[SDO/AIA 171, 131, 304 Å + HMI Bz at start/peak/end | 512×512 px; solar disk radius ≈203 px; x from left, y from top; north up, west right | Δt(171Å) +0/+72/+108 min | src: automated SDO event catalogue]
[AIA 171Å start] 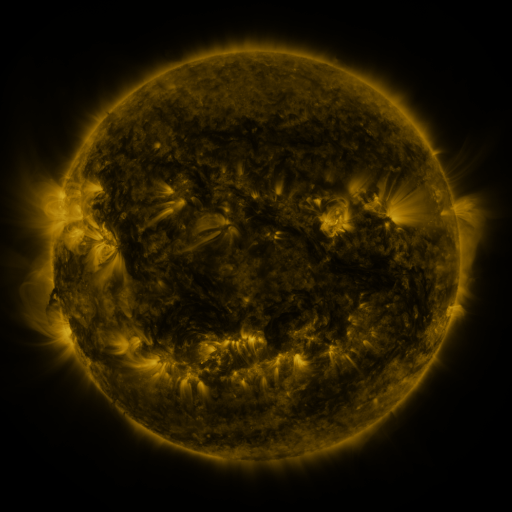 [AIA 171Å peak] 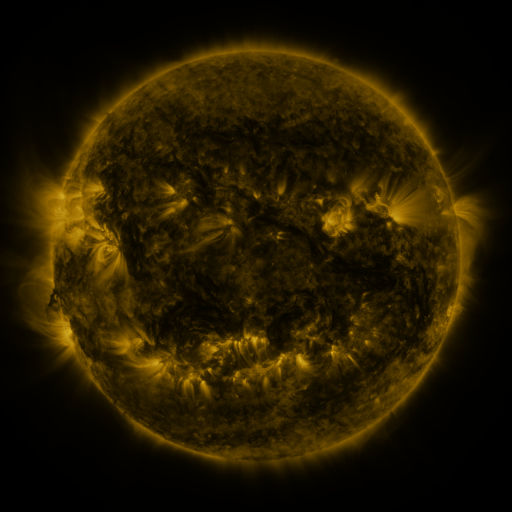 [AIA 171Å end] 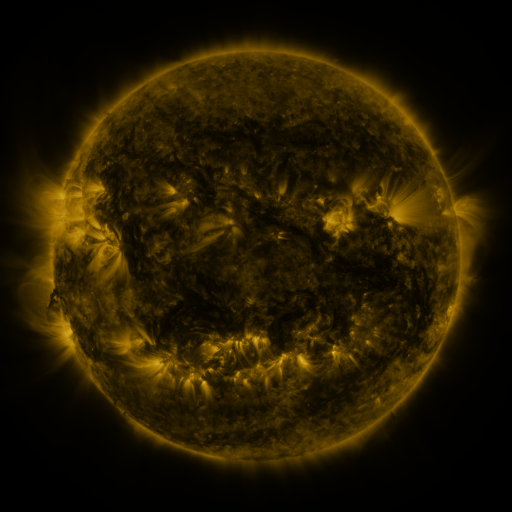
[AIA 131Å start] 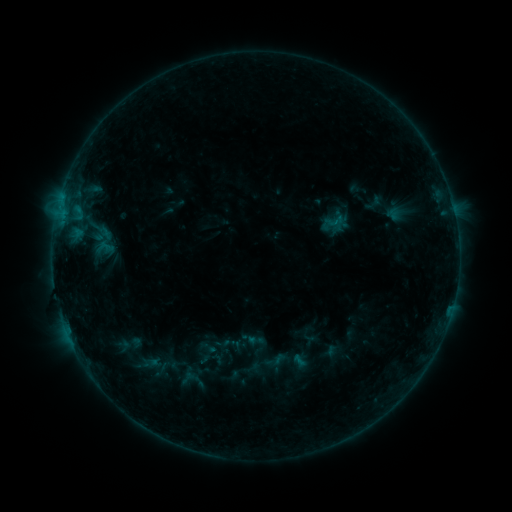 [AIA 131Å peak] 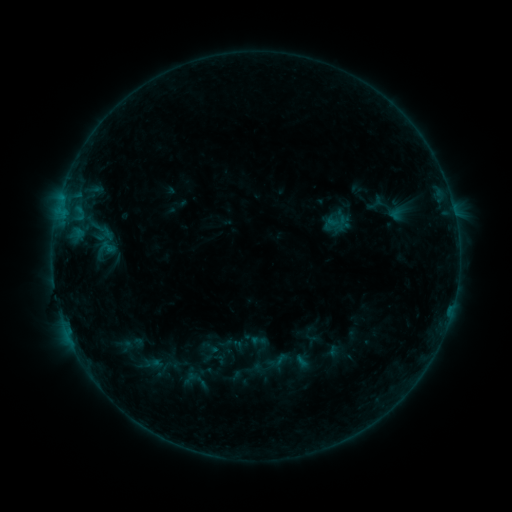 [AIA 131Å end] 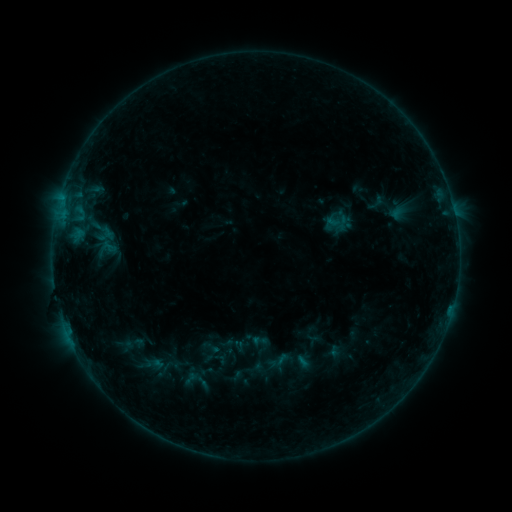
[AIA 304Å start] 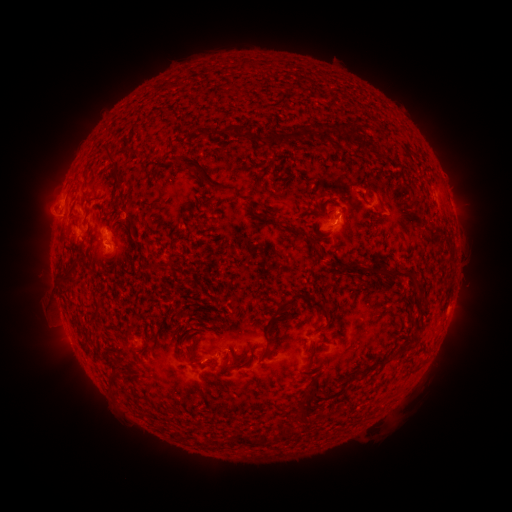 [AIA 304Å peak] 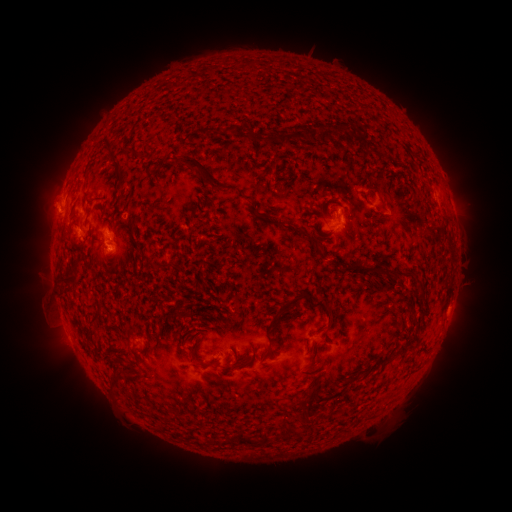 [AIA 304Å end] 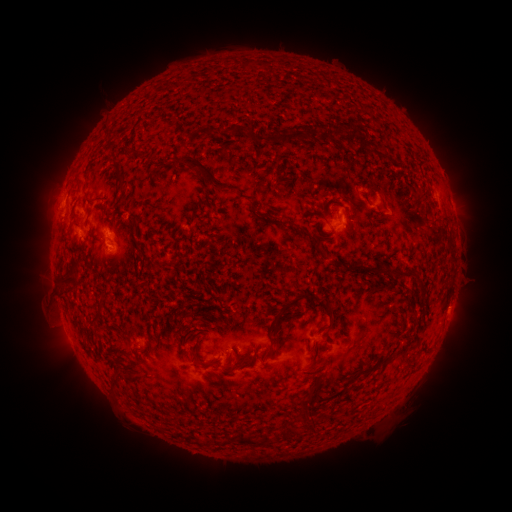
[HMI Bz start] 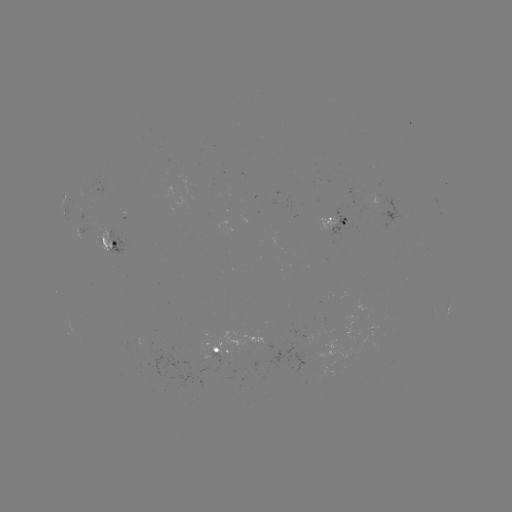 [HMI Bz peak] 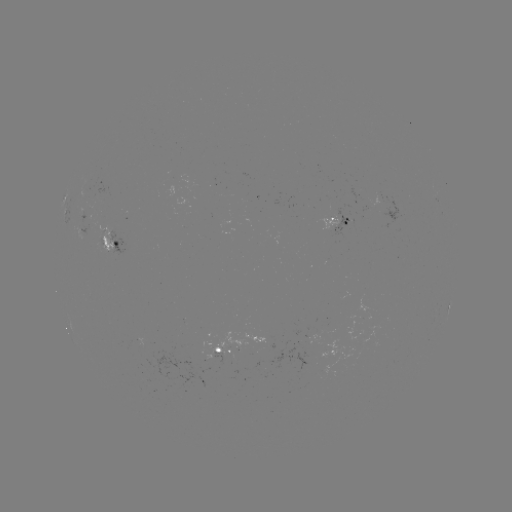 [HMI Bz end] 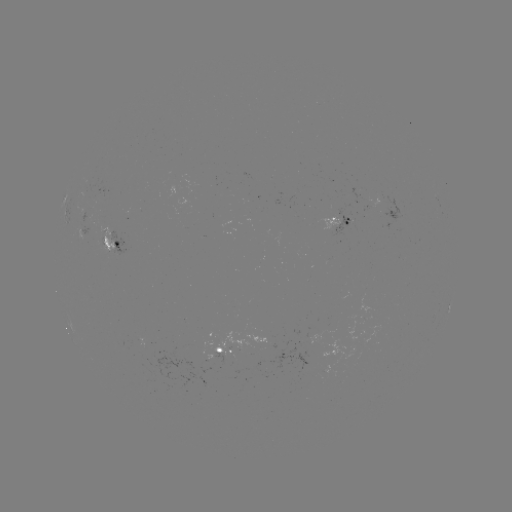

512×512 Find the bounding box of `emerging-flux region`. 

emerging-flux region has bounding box [263, 344, 275, 349].